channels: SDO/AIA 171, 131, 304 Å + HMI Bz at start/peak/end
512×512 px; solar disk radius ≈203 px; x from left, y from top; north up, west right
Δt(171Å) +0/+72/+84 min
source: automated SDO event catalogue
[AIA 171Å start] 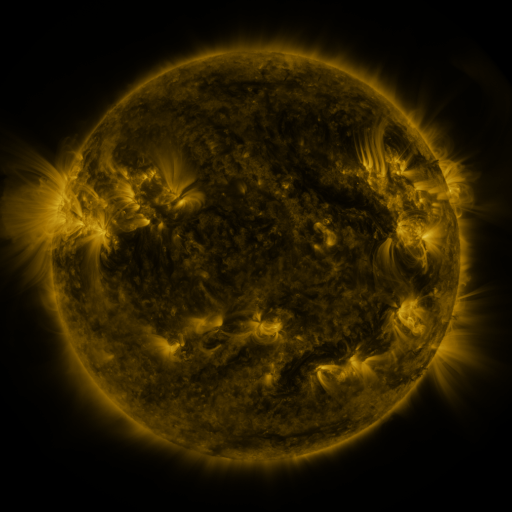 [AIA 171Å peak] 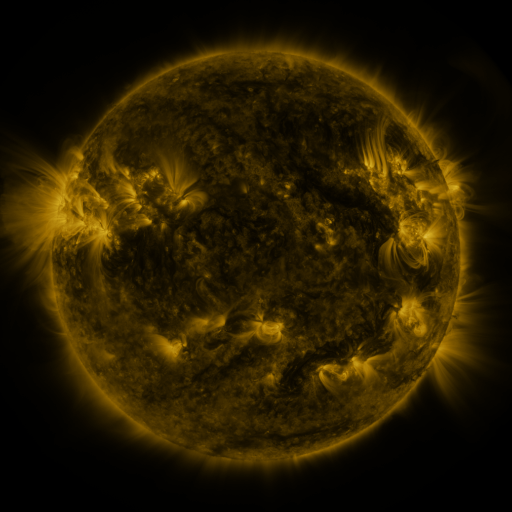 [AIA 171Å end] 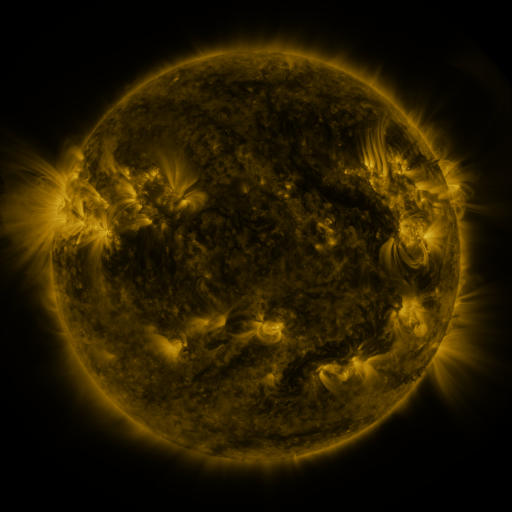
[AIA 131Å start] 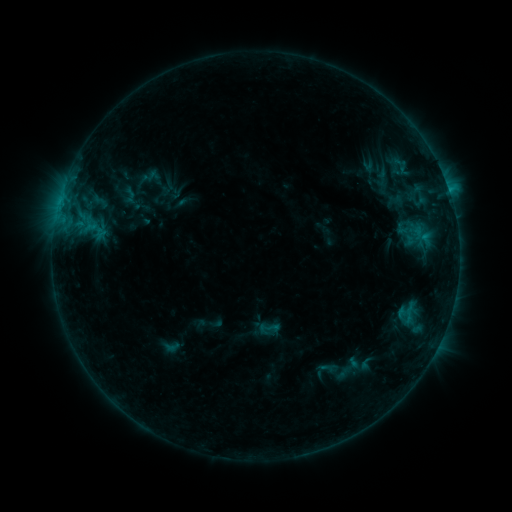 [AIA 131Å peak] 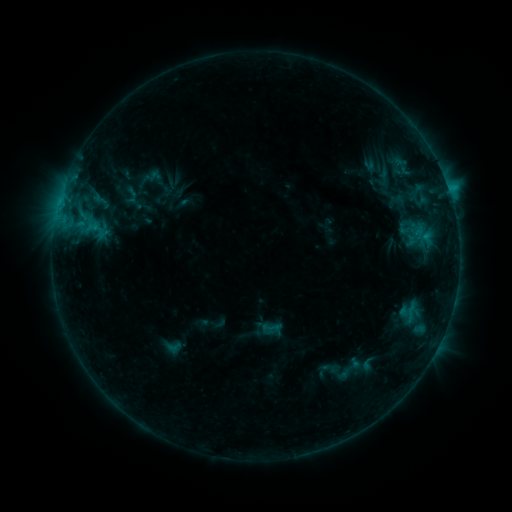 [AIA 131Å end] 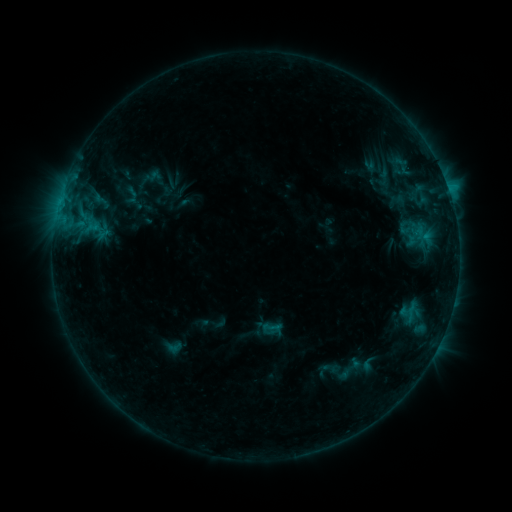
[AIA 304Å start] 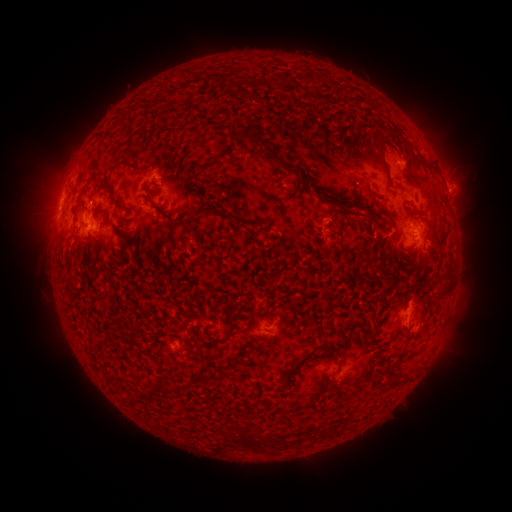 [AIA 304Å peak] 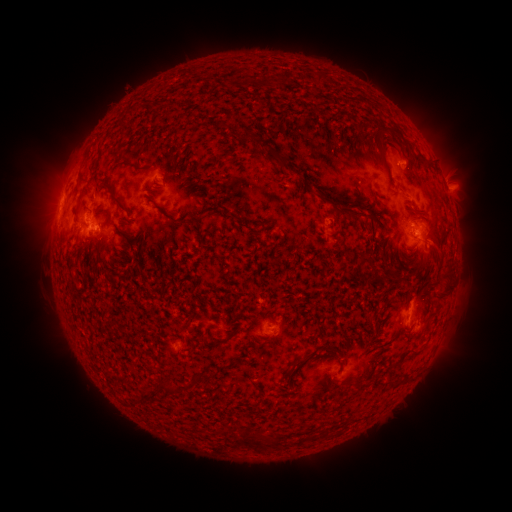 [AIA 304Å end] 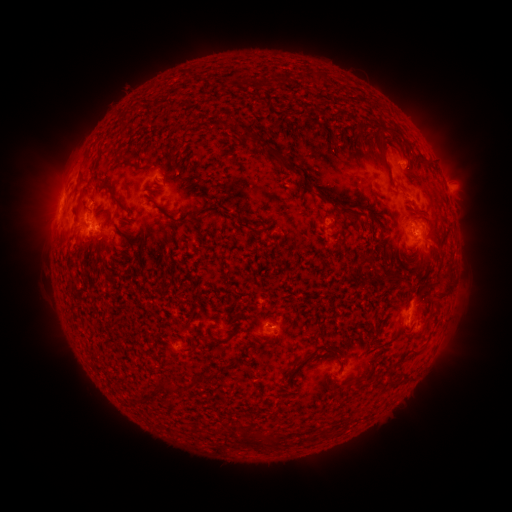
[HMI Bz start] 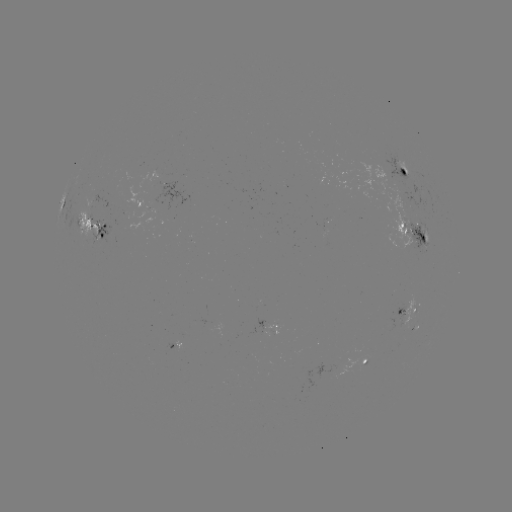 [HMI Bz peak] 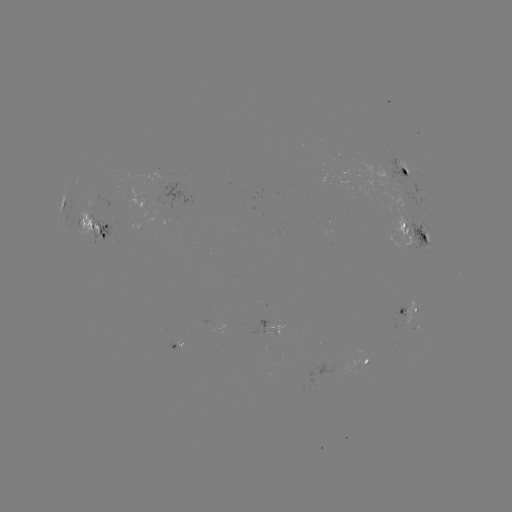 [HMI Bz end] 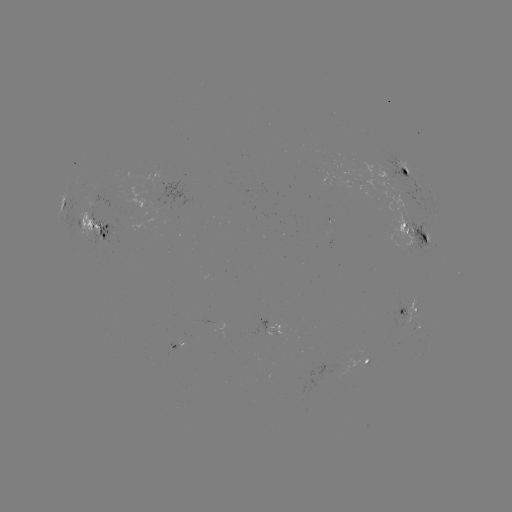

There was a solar emerging-flux region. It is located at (419, 229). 